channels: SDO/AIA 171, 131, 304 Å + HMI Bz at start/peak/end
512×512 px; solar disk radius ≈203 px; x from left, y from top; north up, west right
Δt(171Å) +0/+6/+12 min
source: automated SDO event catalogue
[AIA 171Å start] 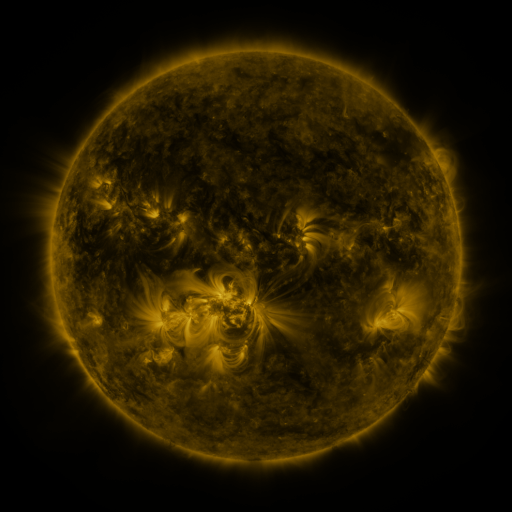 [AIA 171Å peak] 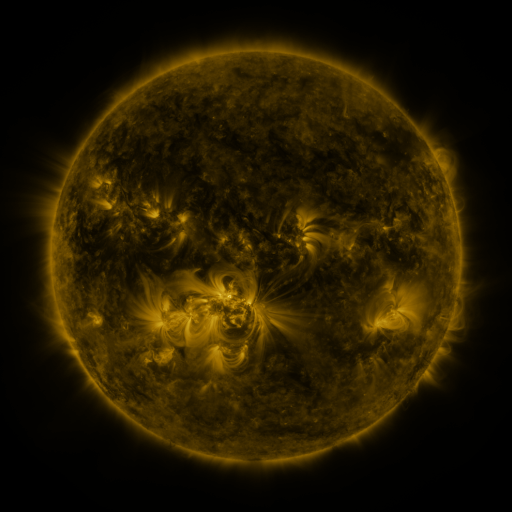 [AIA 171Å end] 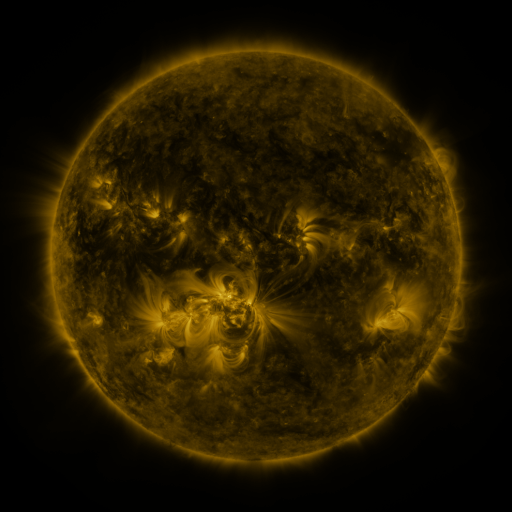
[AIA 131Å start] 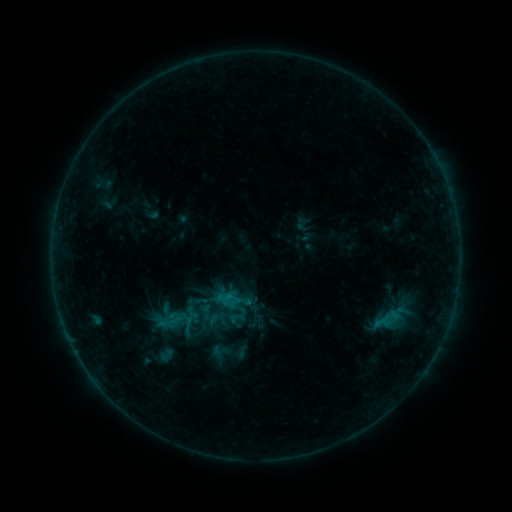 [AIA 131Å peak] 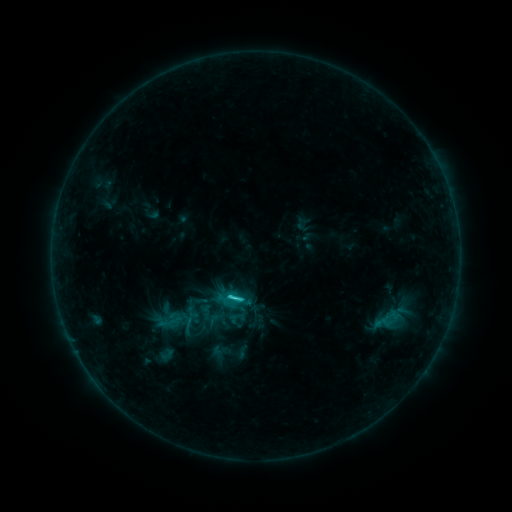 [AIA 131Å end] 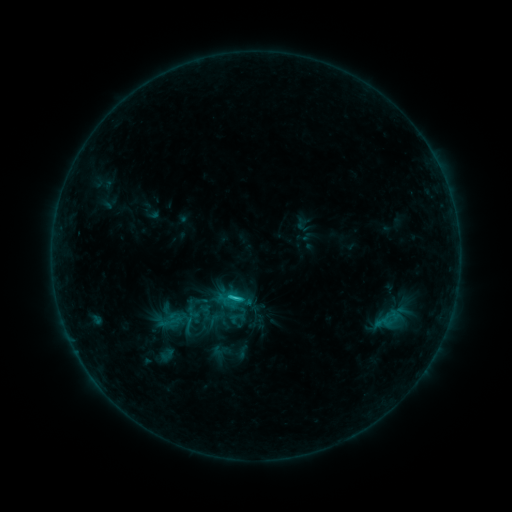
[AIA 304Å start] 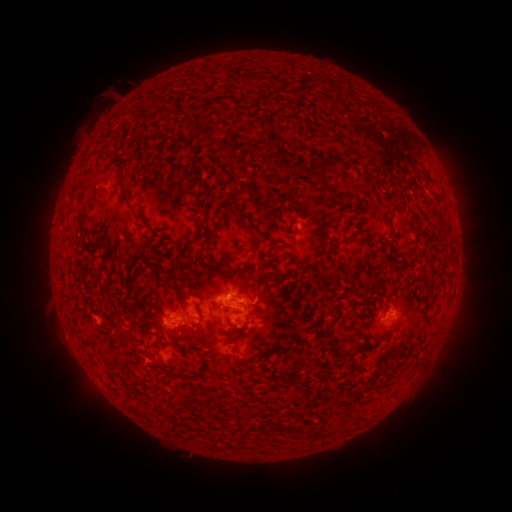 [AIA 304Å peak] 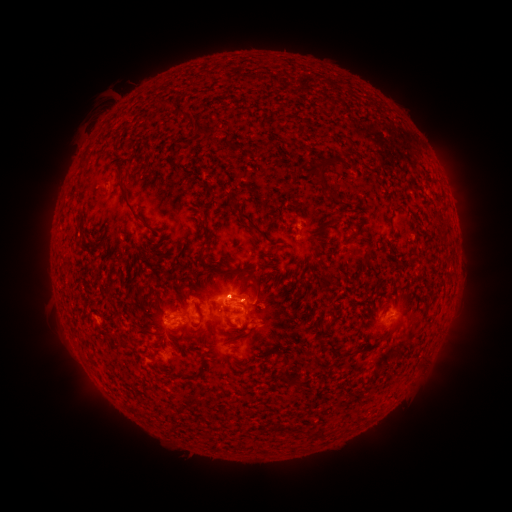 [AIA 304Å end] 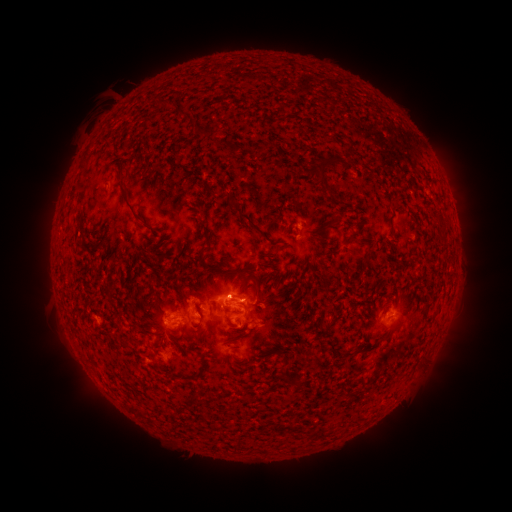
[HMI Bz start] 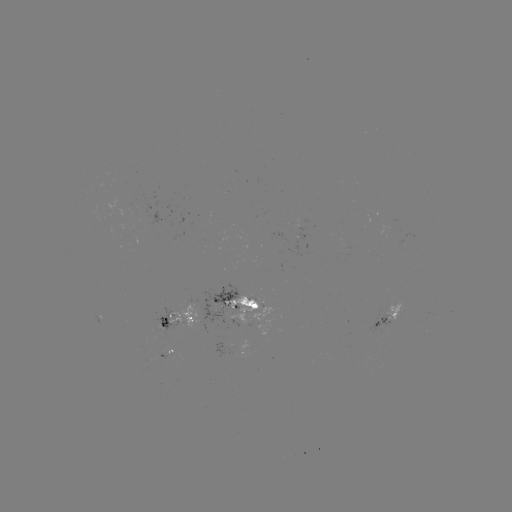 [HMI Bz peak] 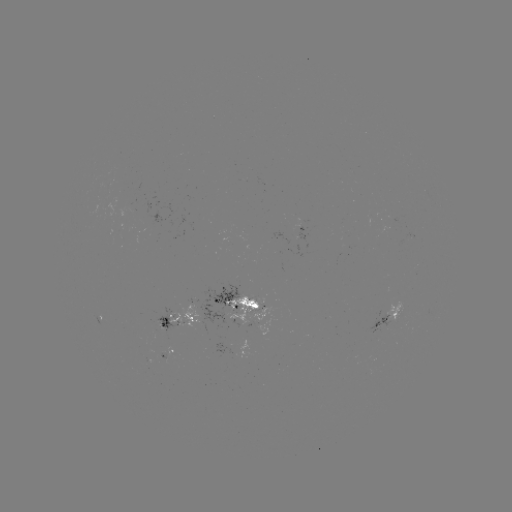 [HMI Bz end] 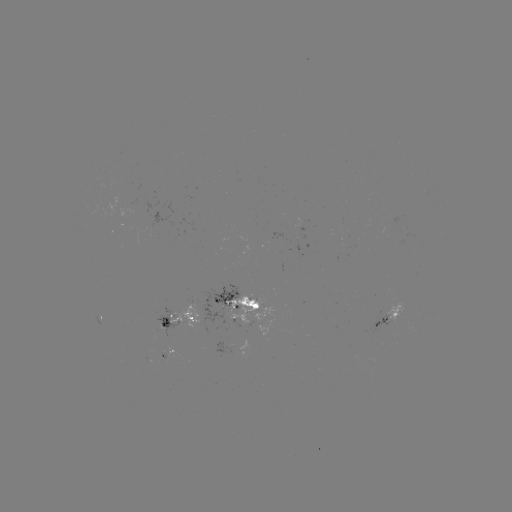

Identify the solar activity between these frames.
C1.7 flare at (234, 296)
